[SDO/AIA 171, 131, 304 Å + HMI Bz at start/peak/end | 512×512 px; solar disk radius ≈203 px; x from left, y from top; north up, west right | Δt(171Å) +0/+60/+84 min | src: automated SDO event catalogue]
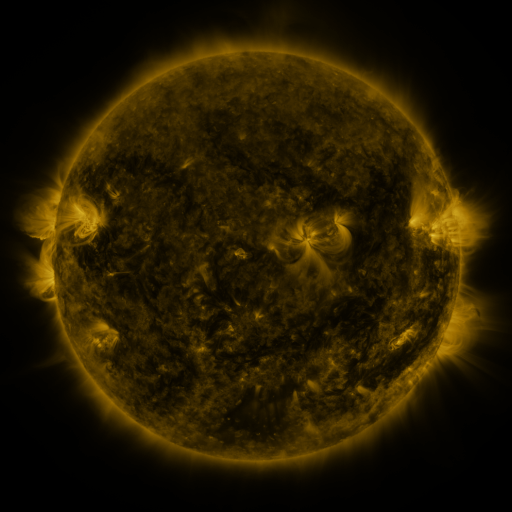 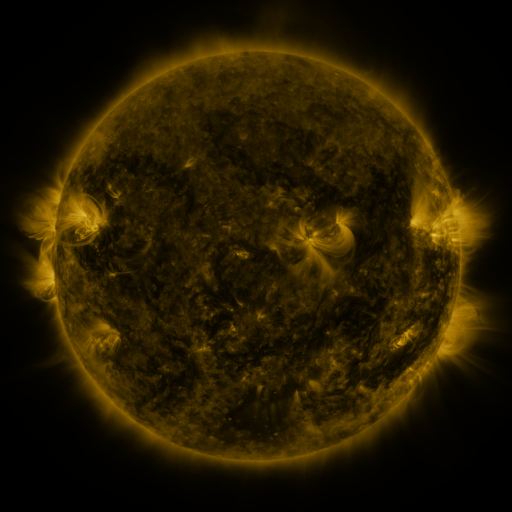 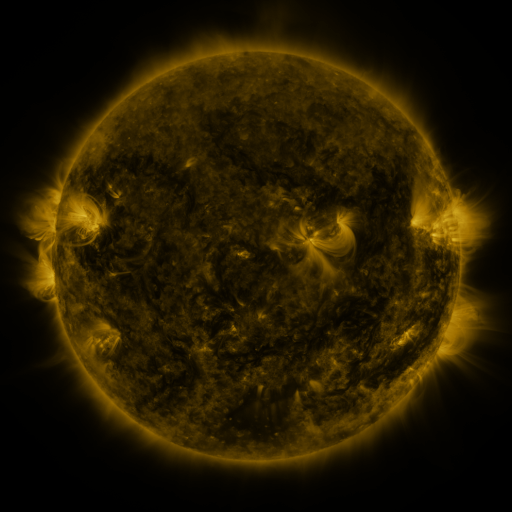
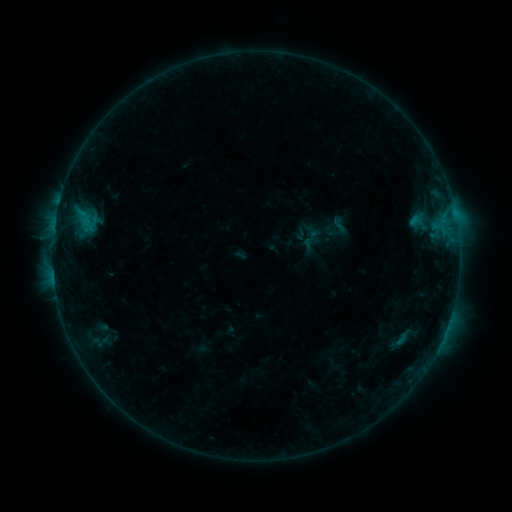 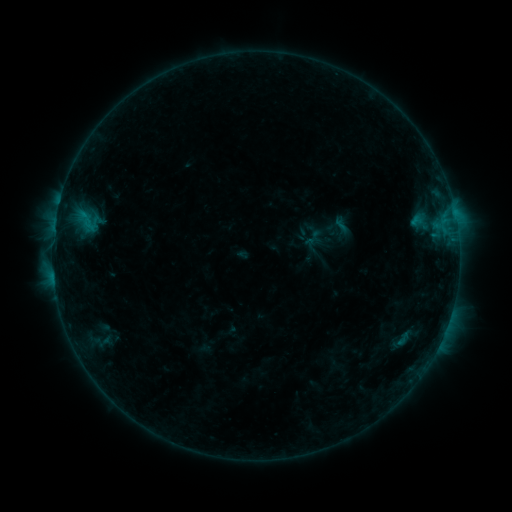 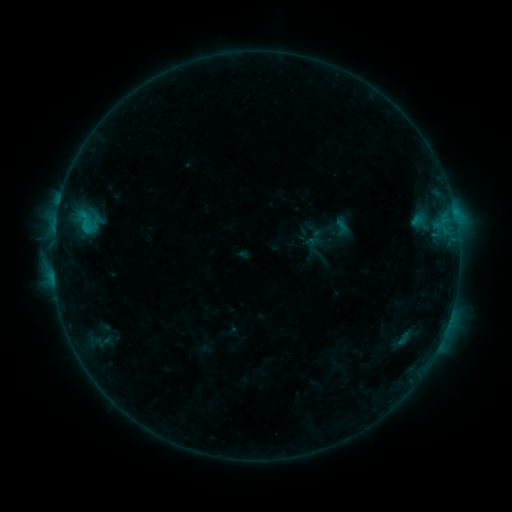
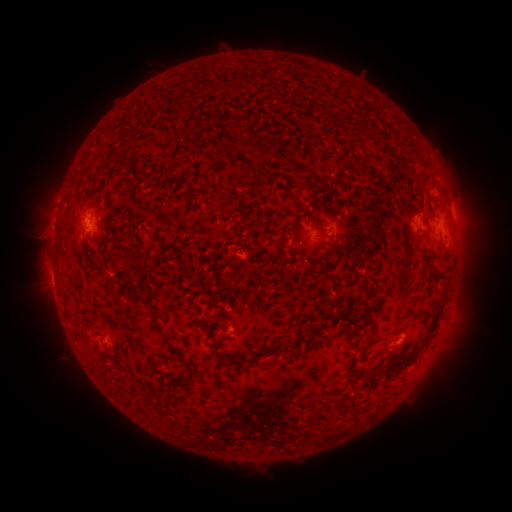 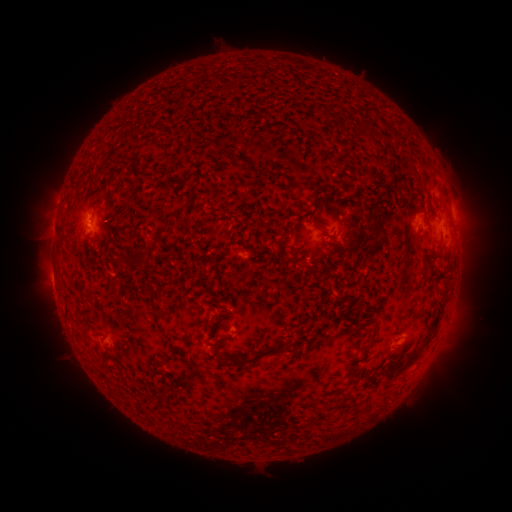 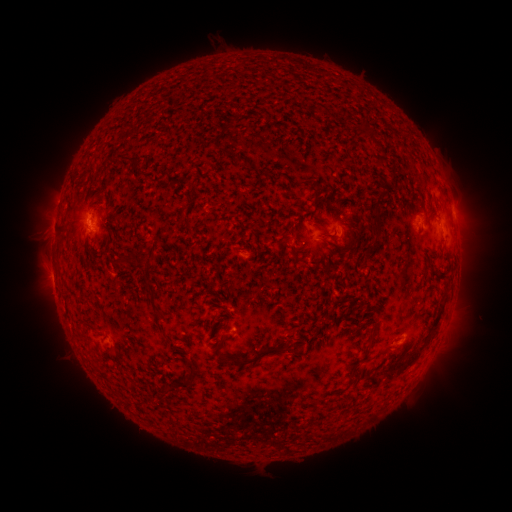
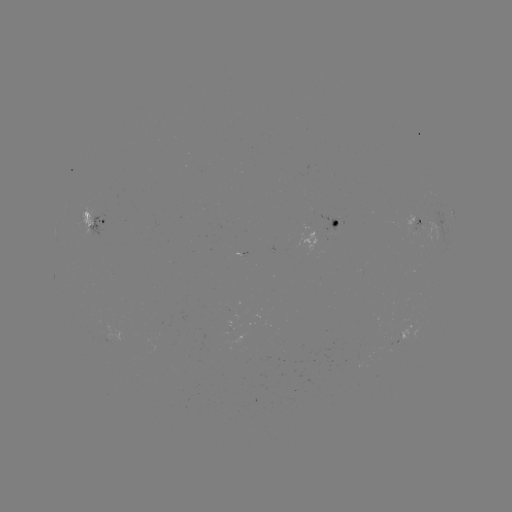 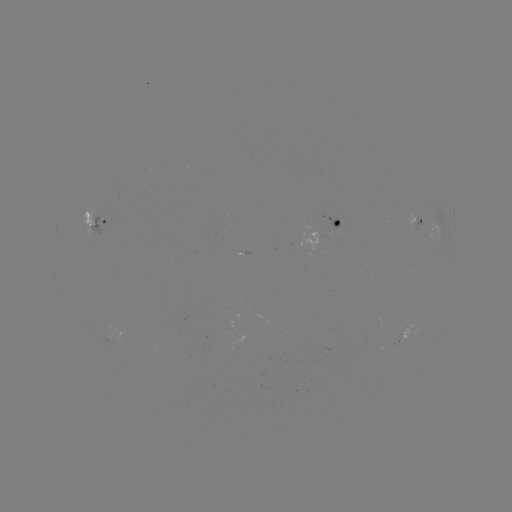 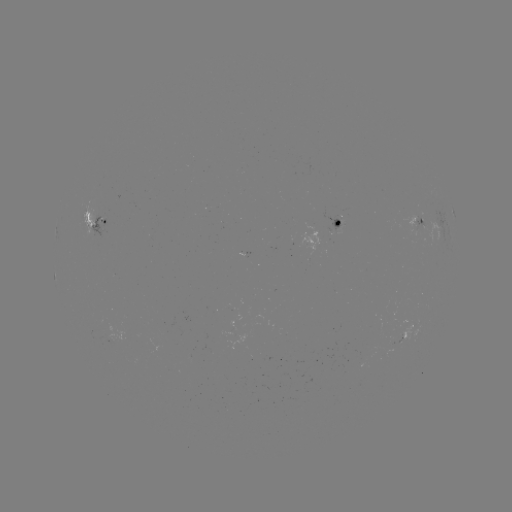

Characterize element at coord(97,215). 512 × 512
emerging-flux region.